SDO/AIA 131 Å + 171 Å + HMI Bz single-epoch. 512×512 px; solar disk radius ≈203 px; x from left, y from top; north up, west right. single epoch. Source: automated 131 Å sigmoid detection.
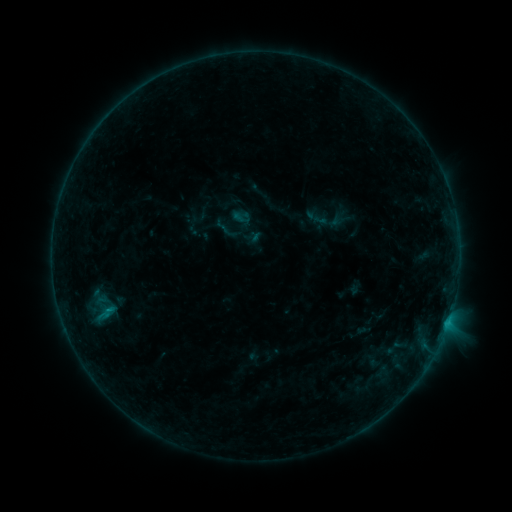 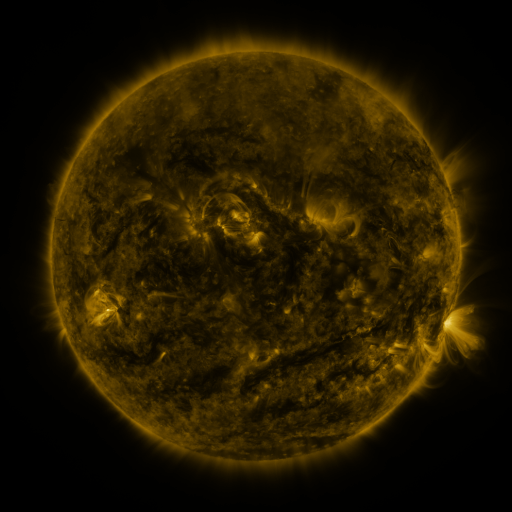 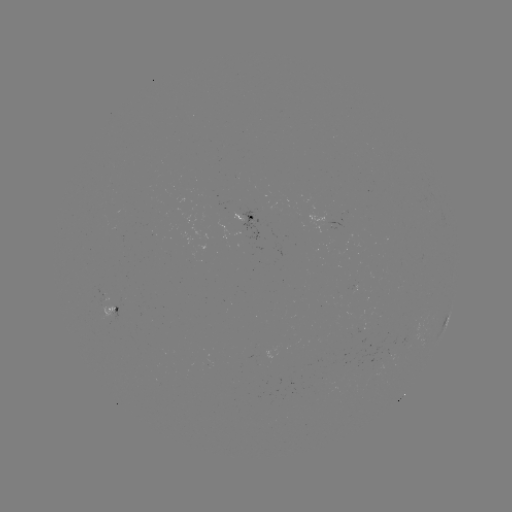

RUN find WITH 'sigmoid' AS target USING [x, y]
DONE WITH [99, 307] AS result